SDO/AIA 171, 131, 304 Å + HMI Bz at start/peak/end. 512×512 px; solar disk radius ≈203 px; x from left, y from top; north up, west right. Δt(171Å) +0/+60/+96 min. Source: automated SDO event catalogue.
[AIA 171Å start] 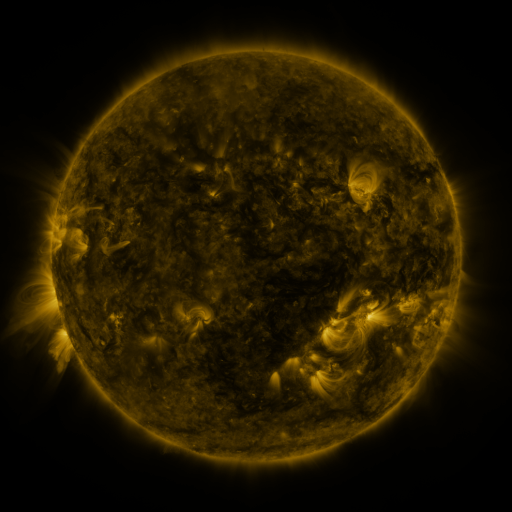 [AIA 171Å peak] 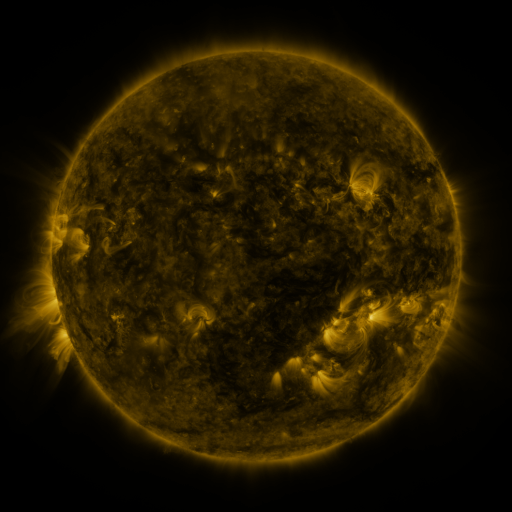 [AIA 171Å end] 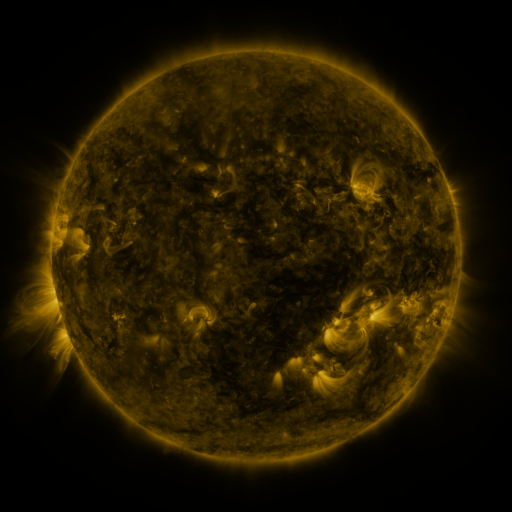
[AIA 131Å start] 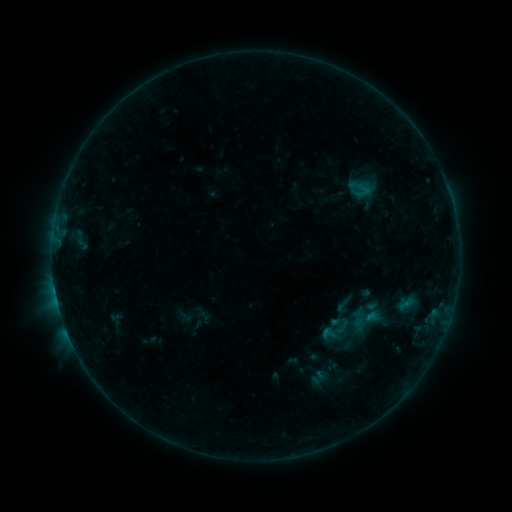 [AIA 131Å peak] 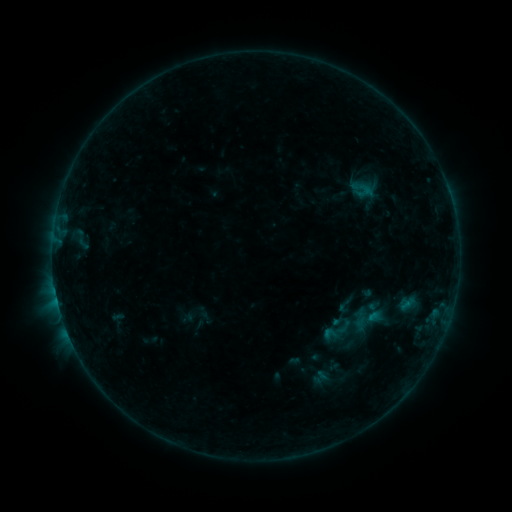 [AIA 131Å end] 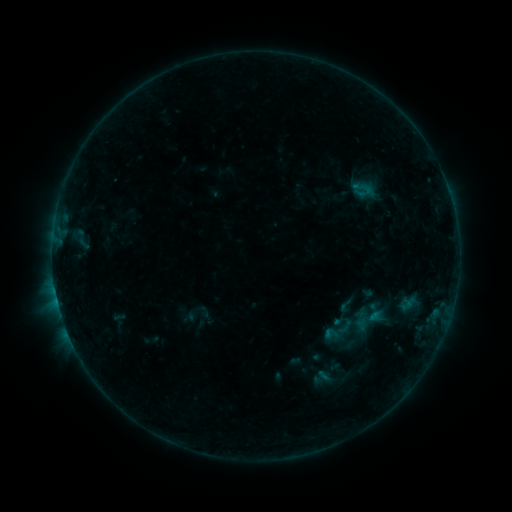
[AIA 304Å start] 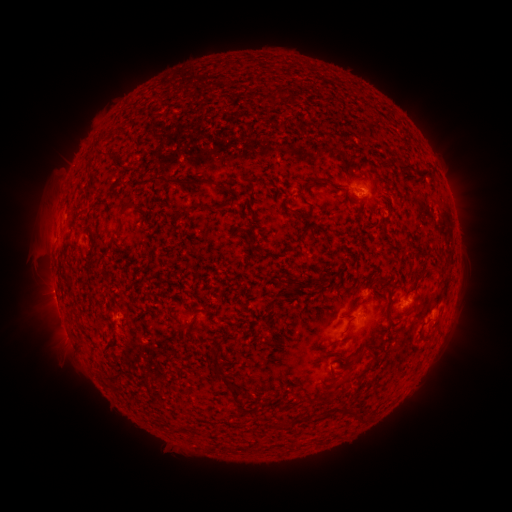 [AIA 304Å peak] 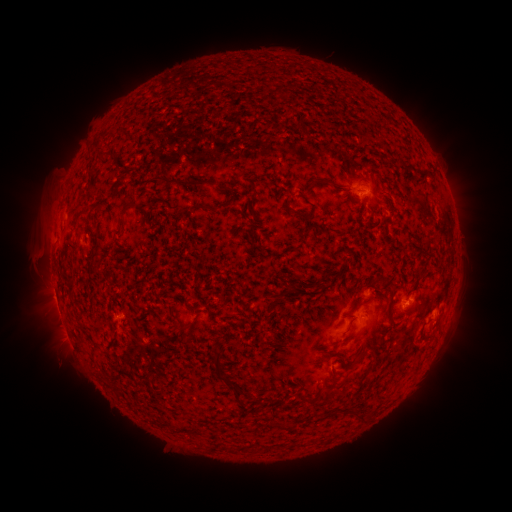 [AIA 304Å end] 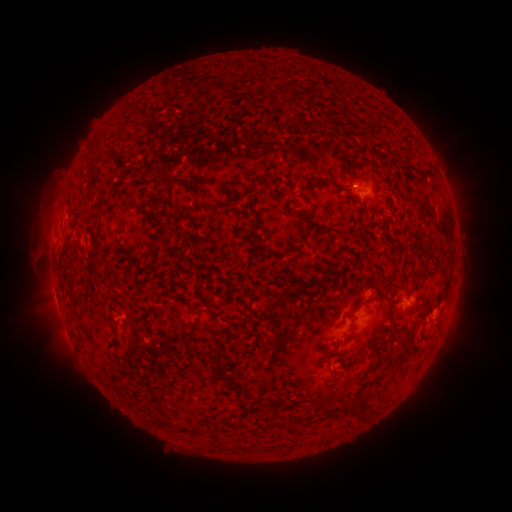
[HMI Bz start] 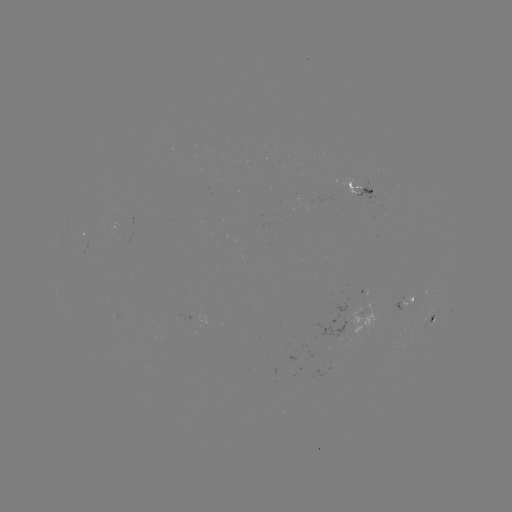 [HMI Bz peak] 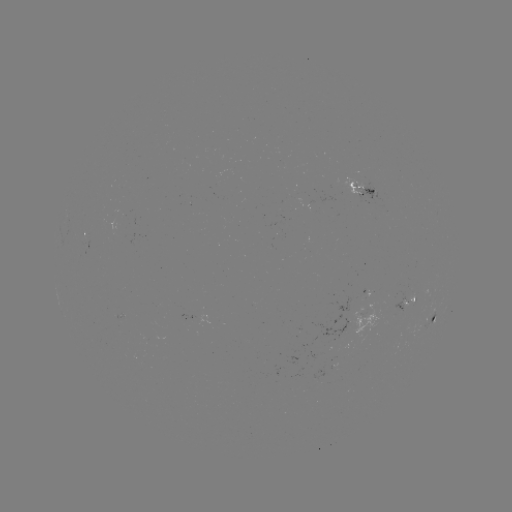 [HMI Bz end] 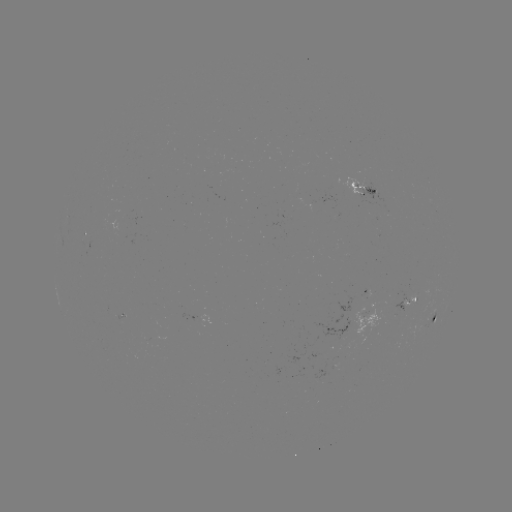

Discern emerging-flux region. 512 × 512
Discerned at (307, 199).